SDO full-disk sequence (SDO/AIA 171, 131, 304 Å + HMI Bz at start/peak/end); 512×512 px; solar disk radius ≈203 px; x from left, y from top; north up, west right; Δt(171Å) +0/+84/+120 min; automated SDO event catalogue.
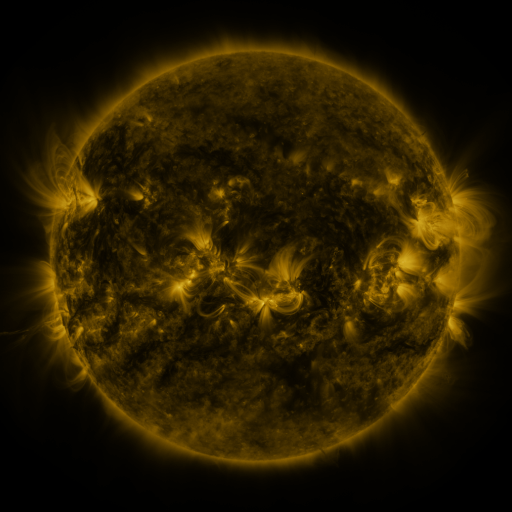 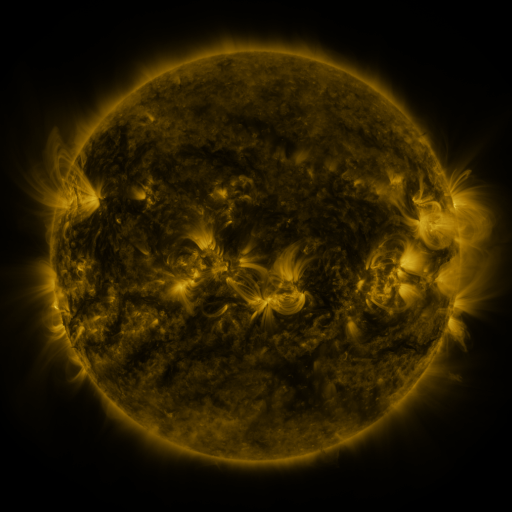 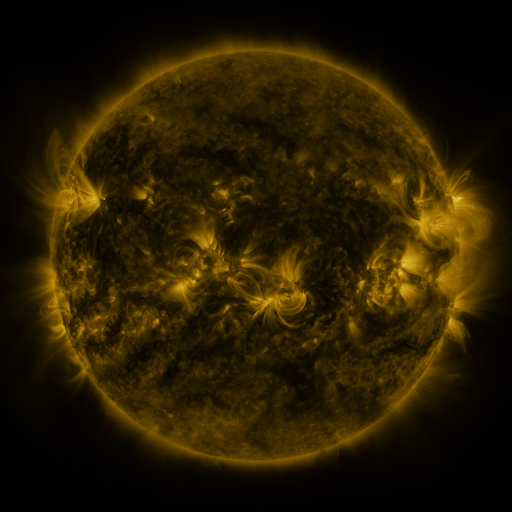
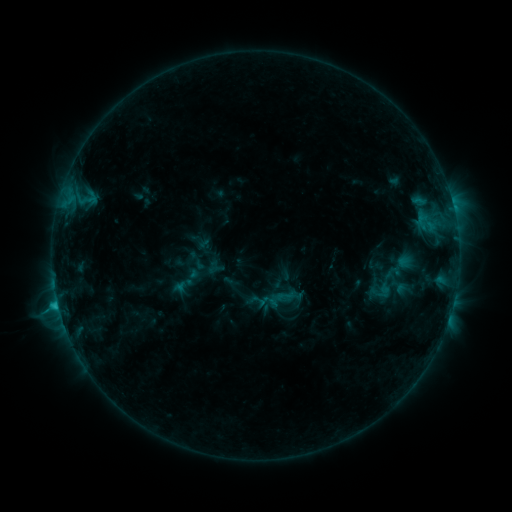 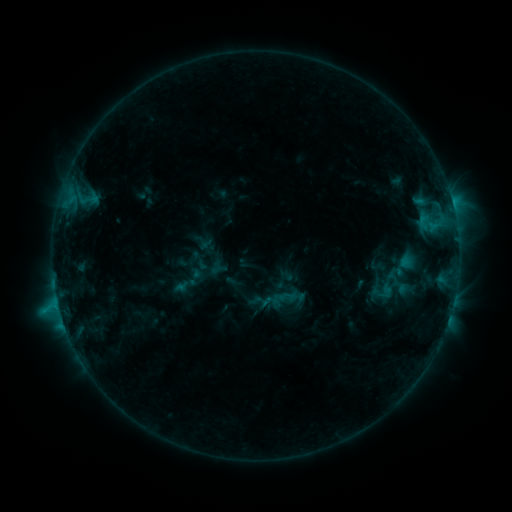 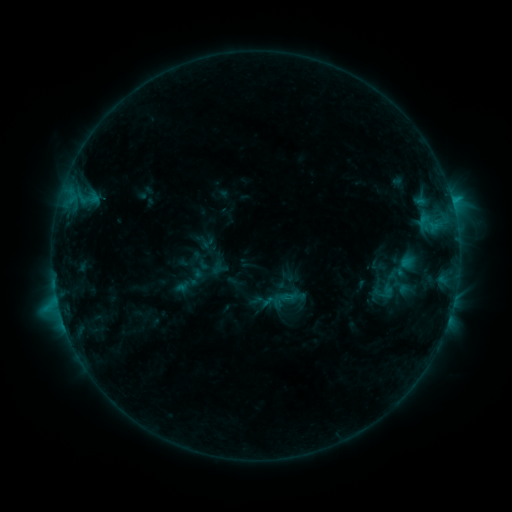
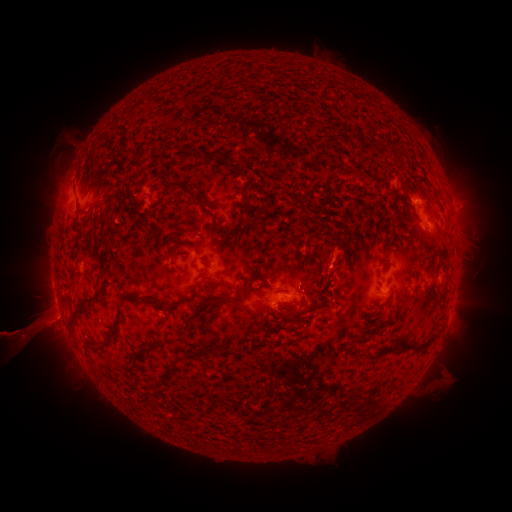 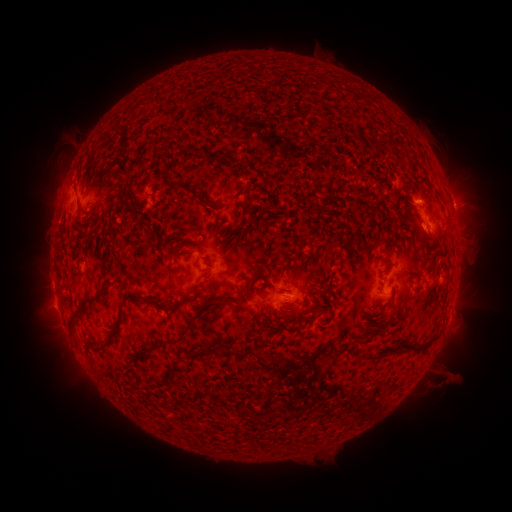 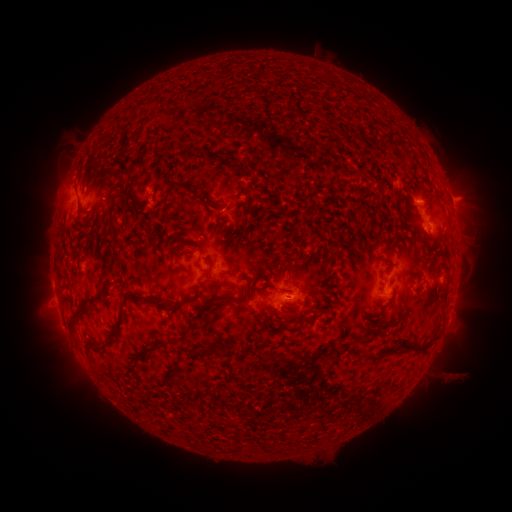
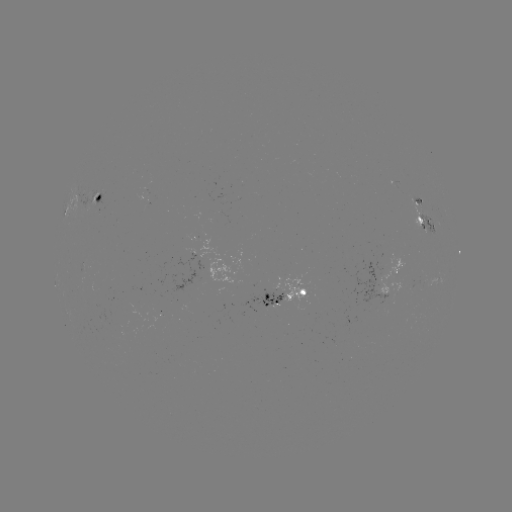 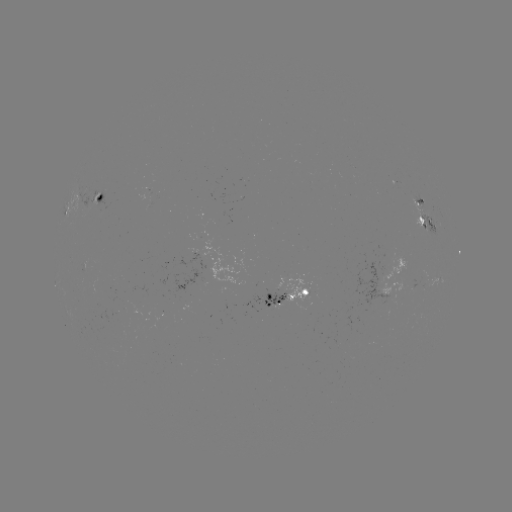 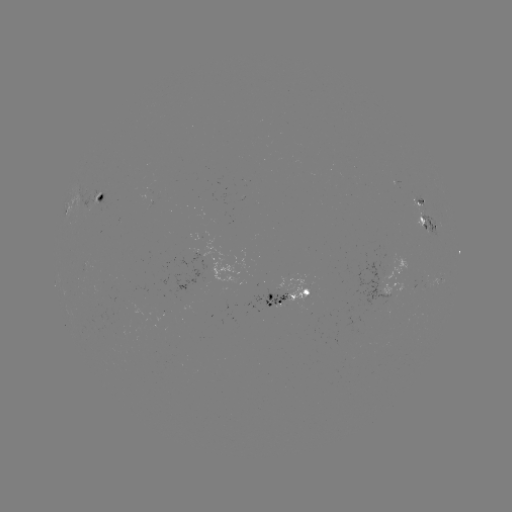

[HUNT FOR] emerging-flux region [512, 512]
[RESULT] [103, 318]